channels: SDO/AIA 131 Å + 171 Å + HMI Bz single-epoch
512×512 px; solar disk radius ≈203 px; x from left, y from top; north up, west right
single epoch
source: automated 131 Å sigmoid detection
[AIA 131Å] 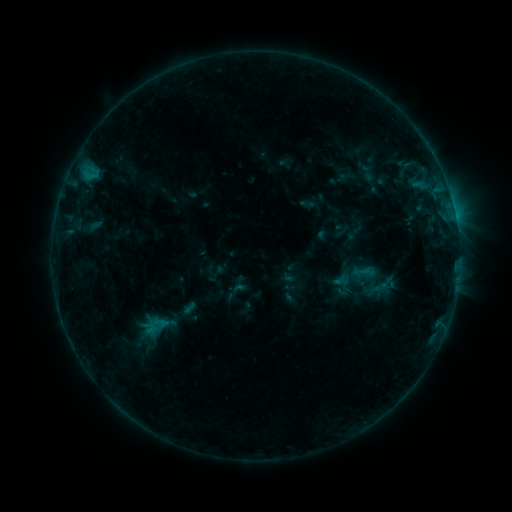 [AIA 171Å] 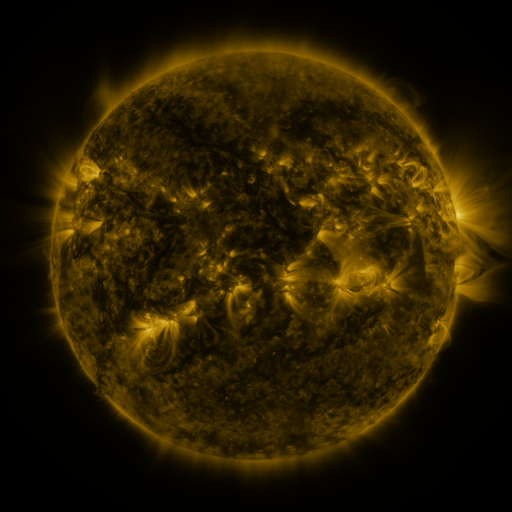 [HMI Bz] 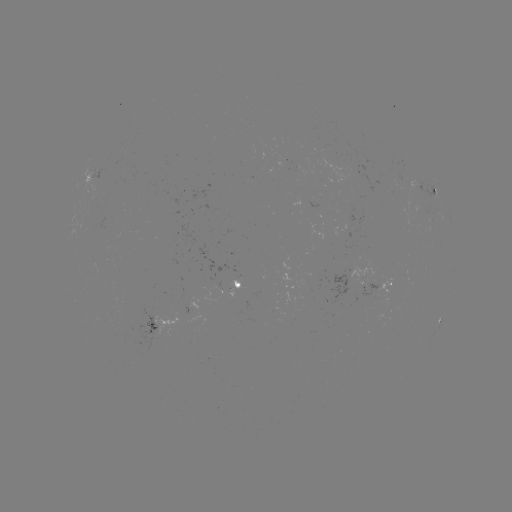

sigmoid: [353, 260, 375, 284]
